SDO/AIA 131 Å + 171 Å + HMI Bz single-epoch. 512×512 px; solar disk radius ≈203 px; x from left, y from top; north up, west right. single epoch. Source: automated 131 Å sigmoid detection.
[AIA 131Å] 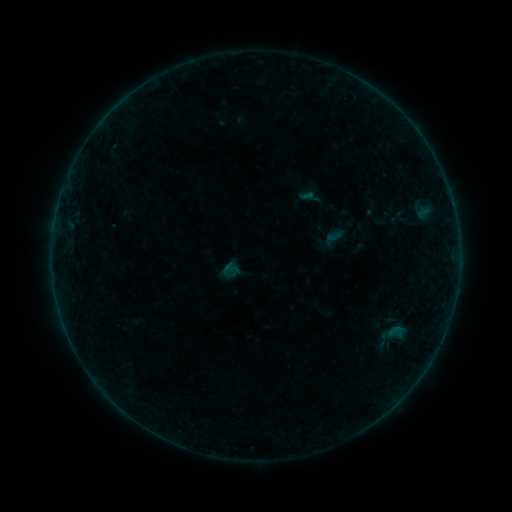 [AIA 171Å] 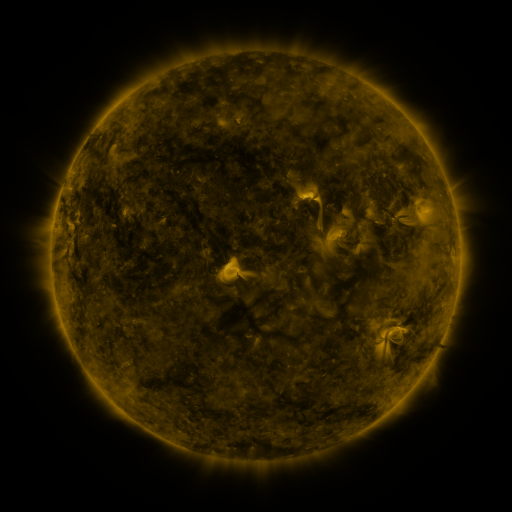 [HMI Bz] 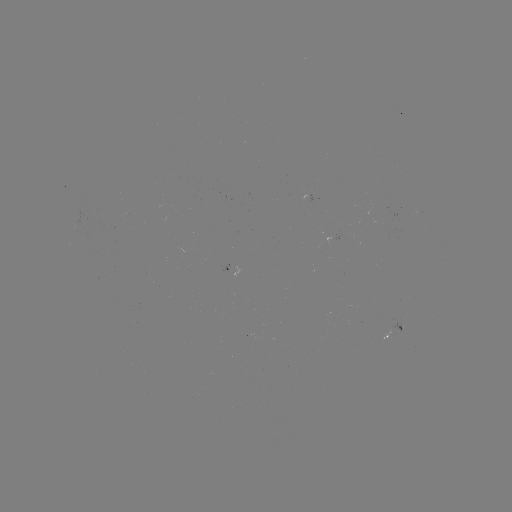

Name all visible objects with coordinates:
sigmoid: [221, 260, 241, 280]
